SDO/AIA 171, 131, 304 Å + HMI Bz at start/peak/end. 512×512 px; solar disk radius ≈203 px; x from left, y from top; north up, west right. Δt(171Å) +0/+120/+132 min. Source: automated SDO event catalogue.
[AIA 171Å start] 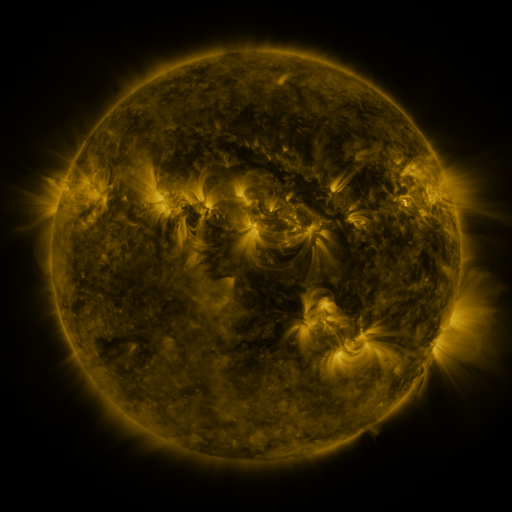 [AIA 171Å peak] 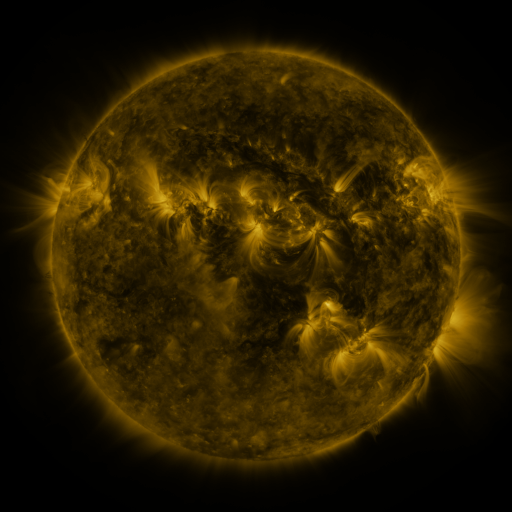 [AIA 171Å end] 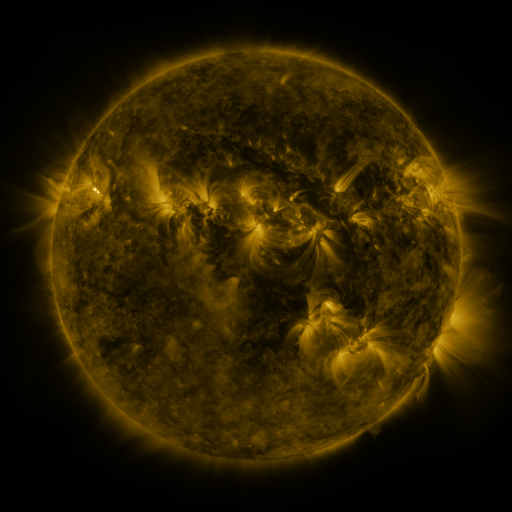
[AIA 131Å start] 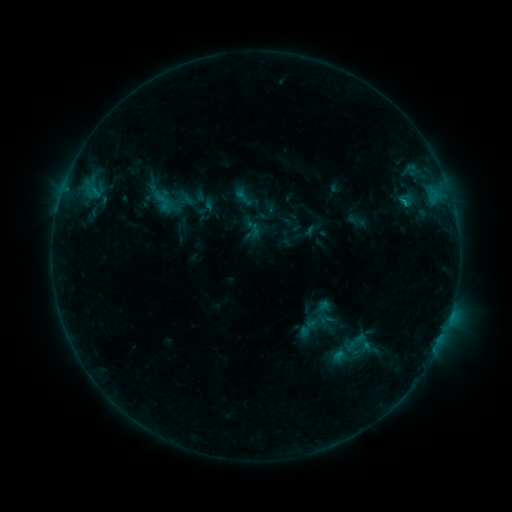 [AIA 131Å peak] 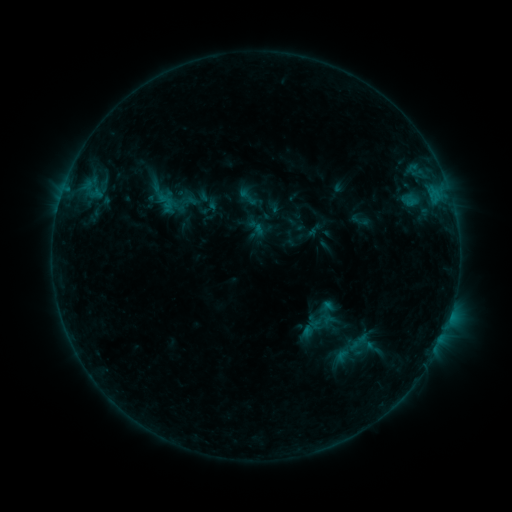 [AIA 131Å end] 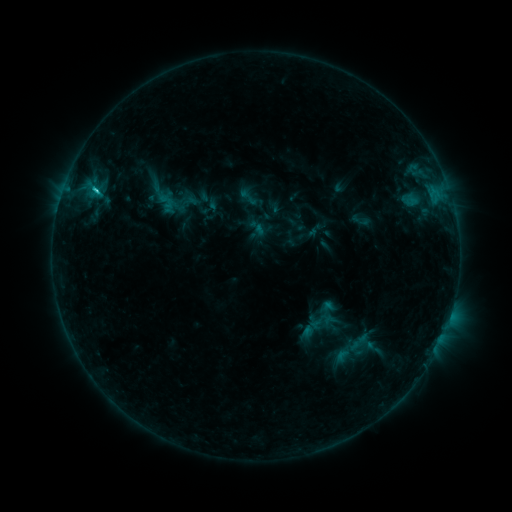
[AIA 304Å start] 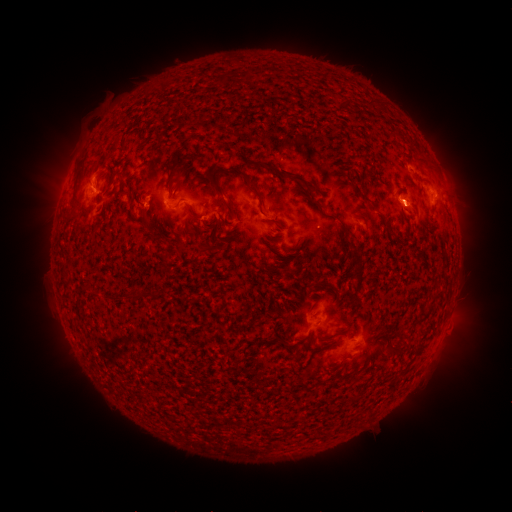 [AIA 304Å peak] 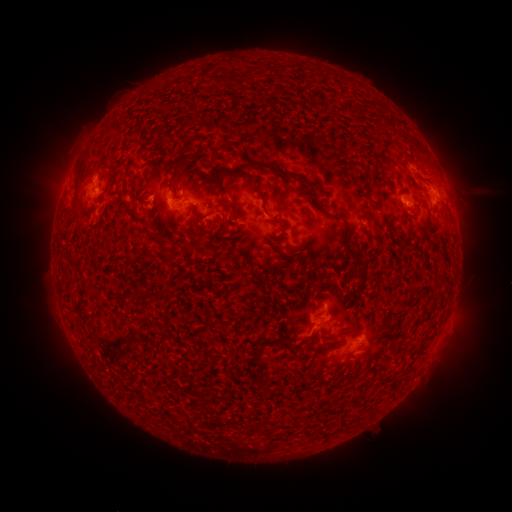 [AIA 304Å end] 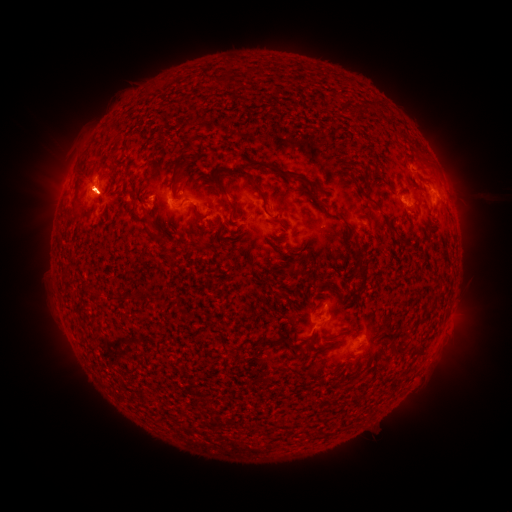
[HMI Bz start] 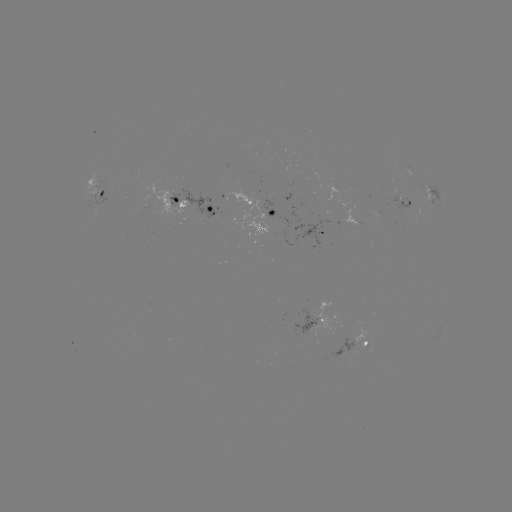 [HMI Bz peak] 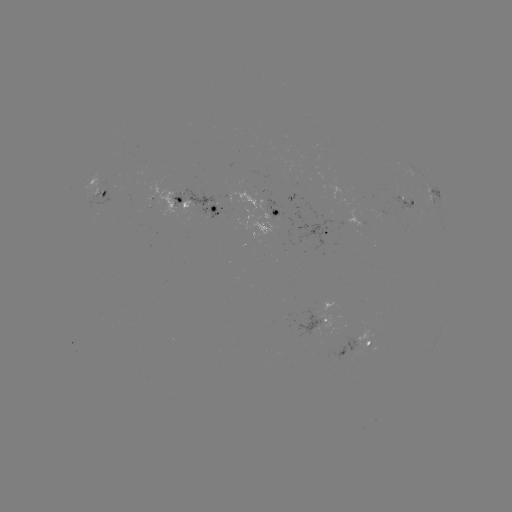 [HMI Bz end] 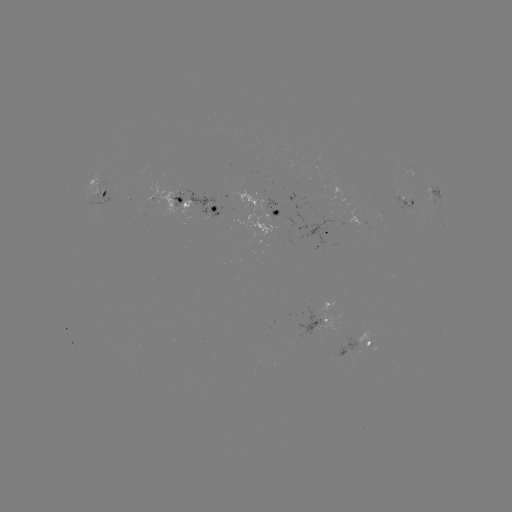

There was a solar emerging-flux region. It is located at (100, 184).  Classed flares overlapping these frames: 3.